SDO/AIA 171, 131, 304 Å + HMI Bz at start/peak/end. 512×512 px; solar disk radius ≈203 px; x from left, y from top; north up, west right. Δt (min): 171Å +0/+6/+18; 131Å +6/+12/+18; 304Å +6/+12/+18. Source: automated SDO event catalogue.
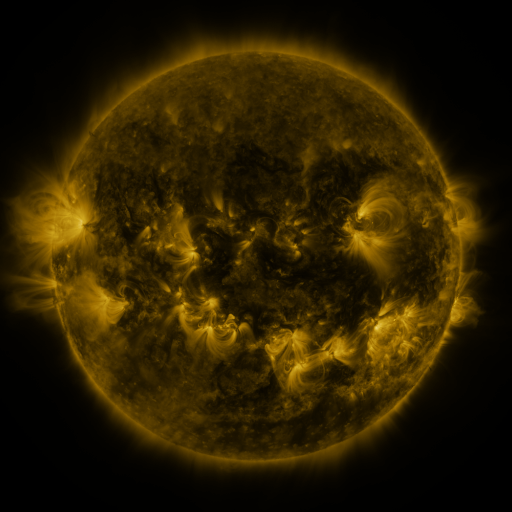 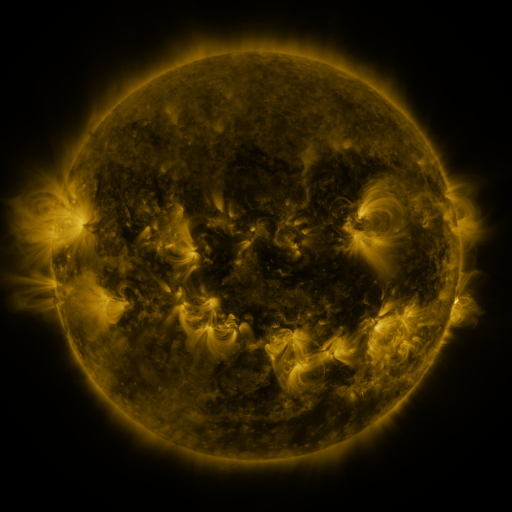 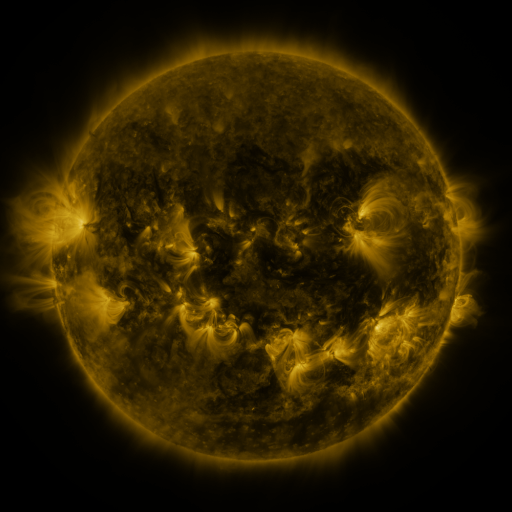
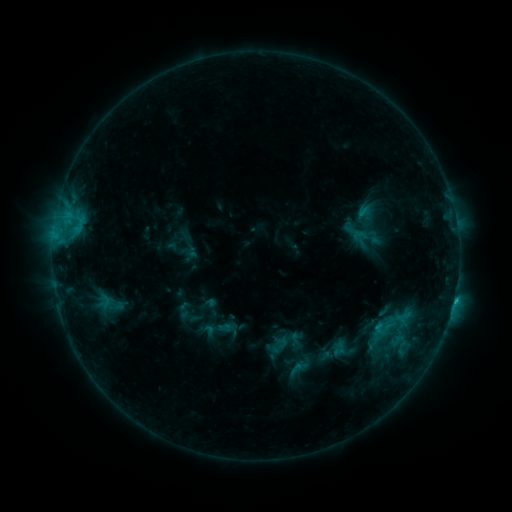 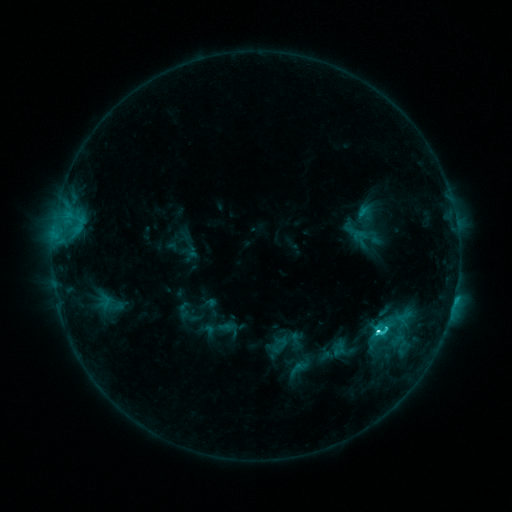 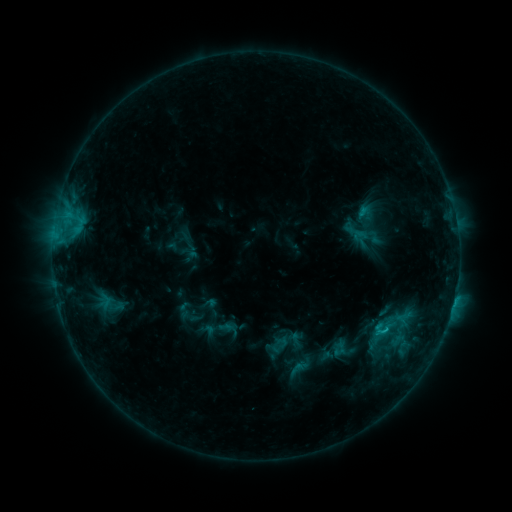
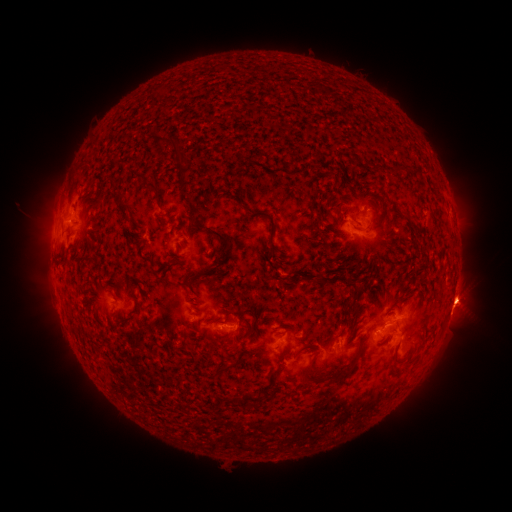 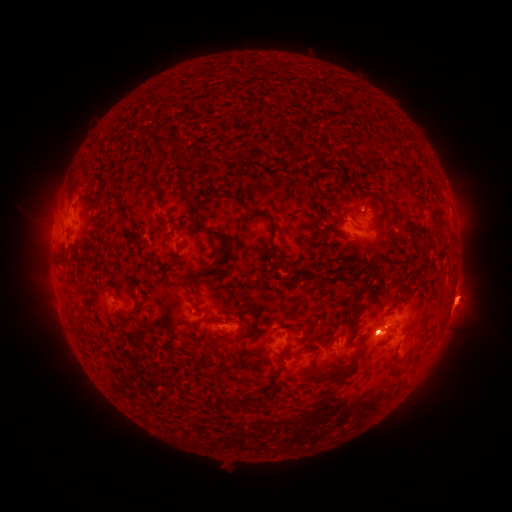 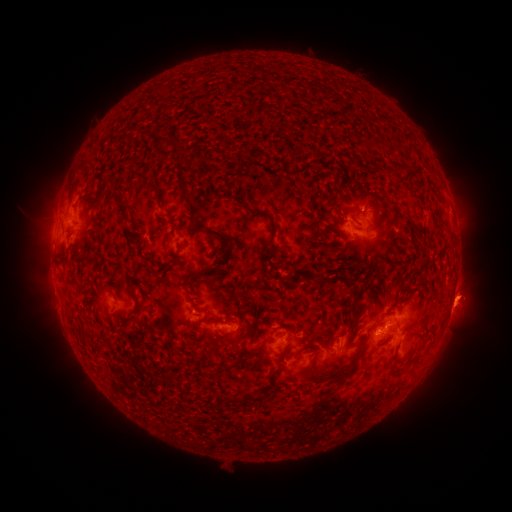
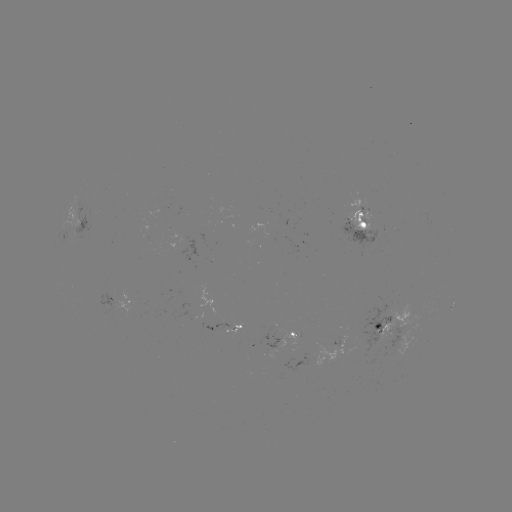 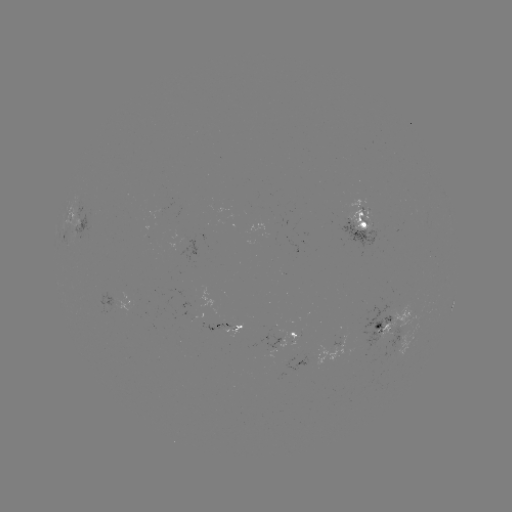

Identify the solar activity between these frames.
C3.7 flare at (376, 331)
